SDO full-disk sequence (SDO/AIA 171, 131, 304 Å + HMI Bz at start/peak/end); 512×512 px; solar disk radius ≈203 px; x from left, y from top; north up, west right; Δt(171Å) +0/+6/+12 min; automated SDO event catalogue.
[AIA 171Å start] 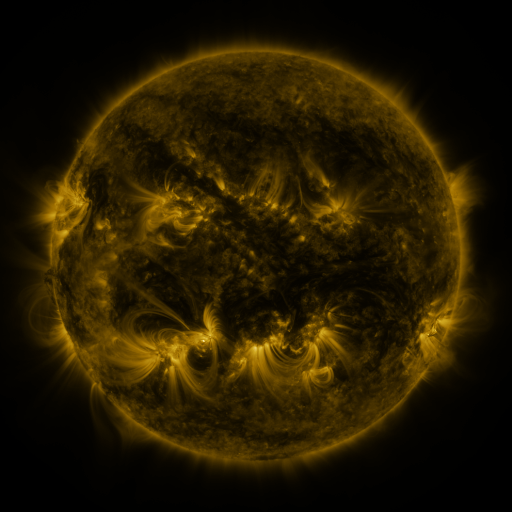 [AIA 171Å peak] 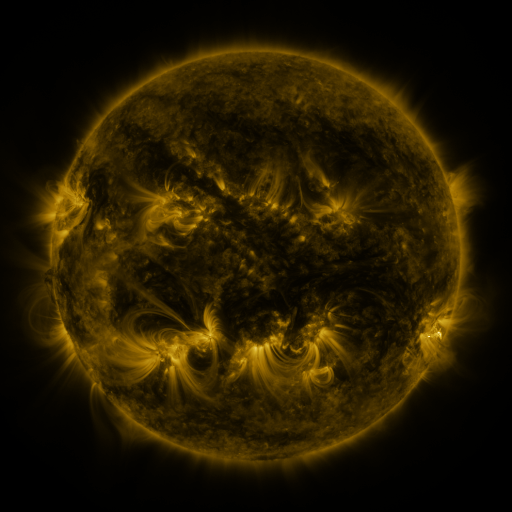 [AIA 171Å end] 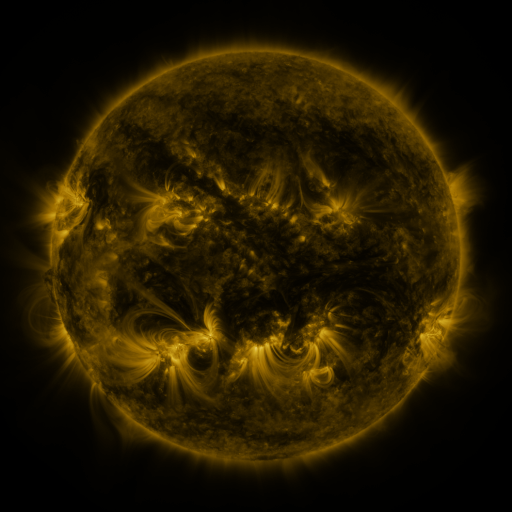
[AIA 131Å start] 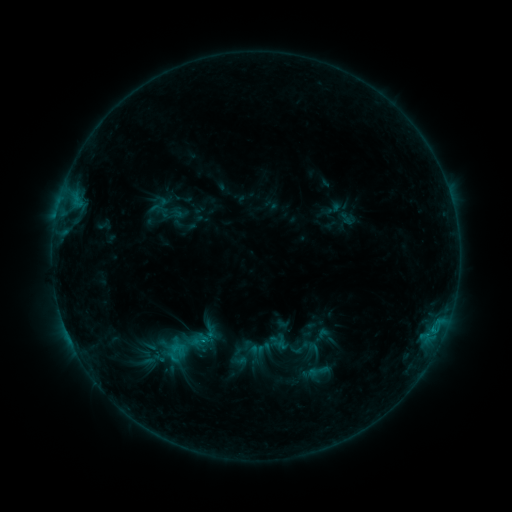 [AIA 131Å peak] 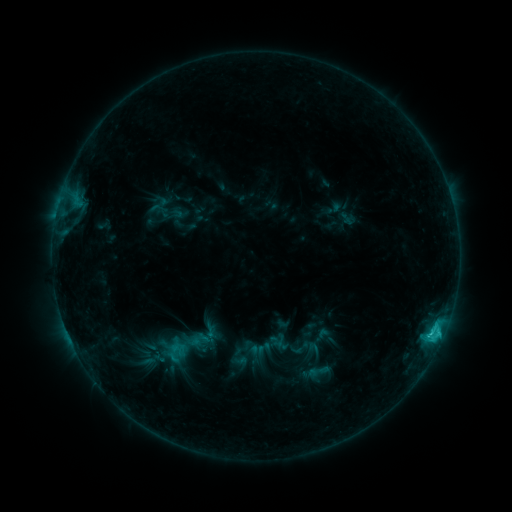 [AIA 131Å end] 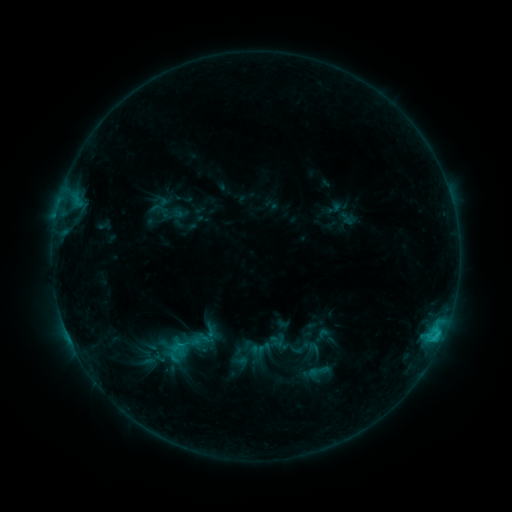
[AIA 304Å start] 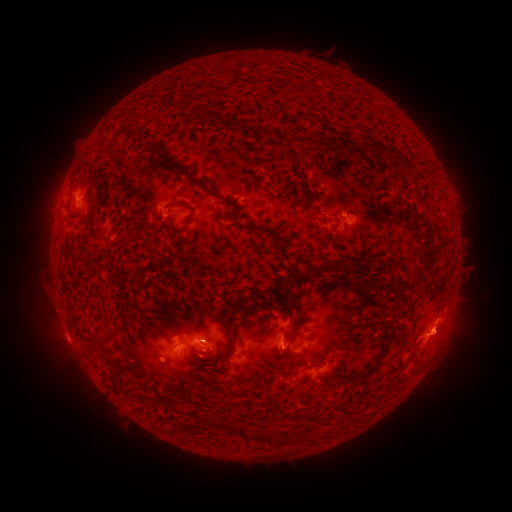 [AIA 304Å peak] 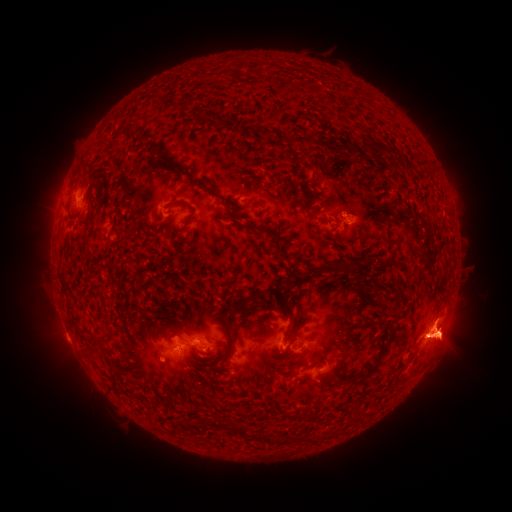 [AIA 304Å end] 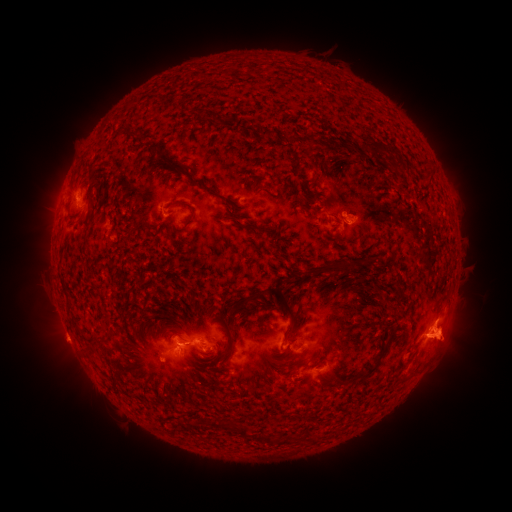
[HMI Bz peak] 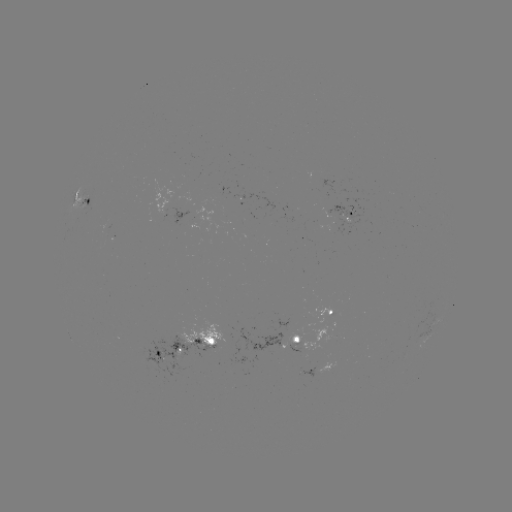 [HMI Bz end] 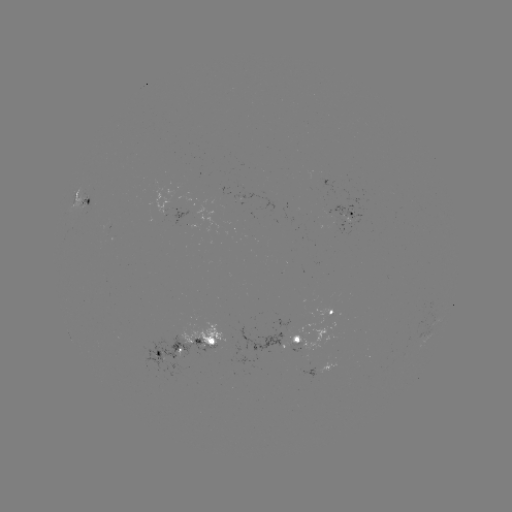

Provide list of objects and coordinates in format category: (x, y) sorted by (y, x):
eruption: (445, 339)
